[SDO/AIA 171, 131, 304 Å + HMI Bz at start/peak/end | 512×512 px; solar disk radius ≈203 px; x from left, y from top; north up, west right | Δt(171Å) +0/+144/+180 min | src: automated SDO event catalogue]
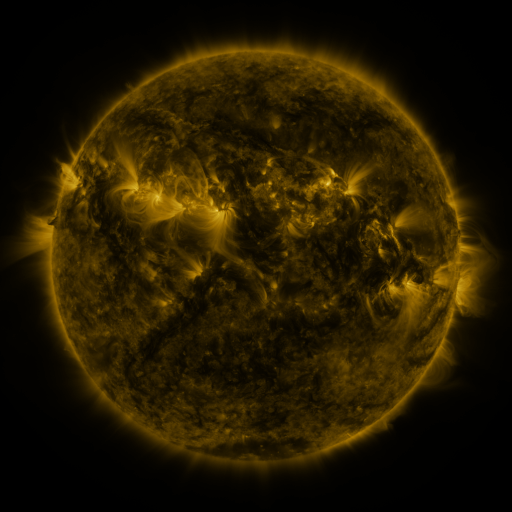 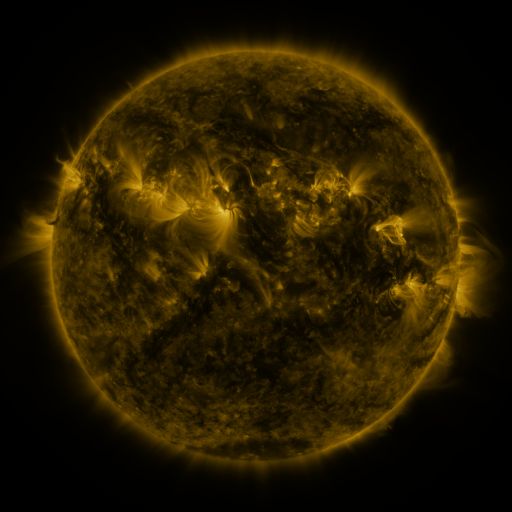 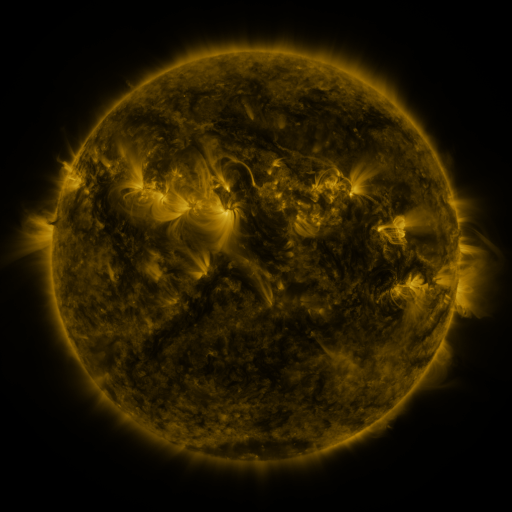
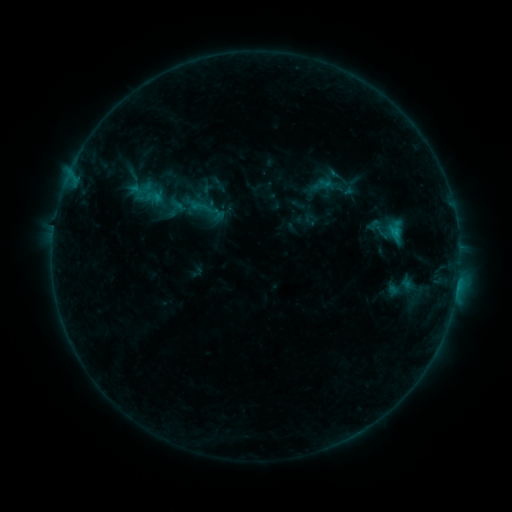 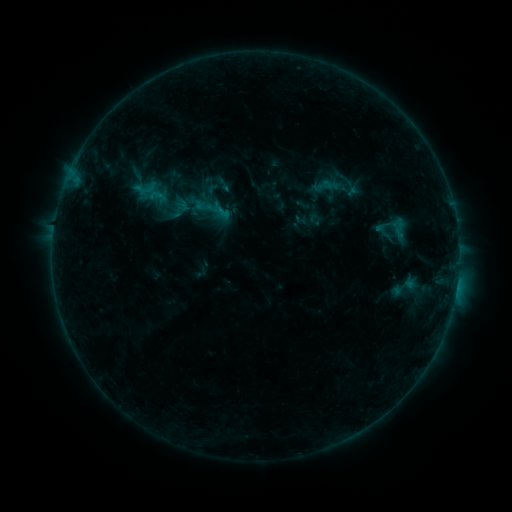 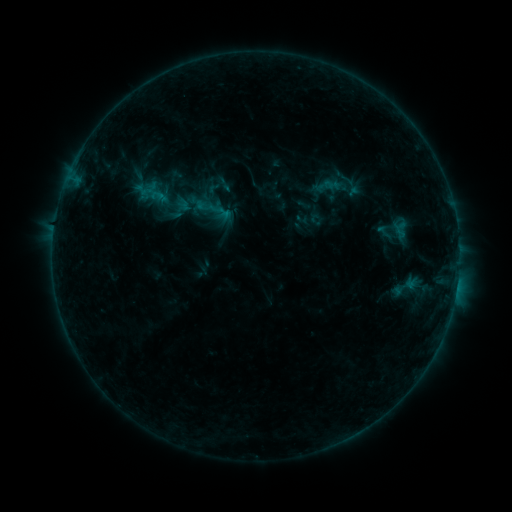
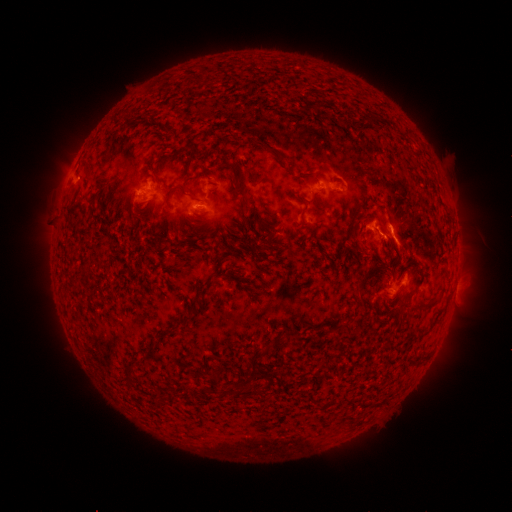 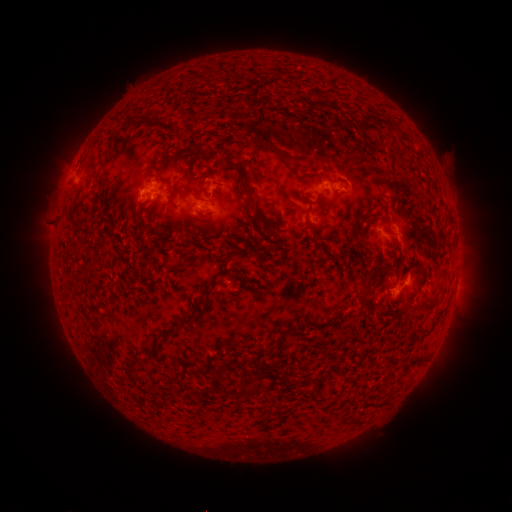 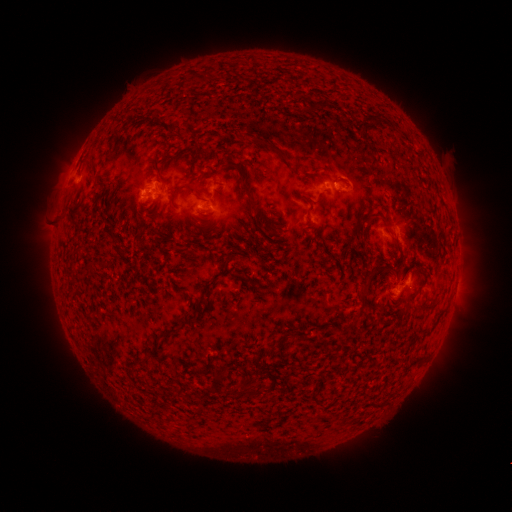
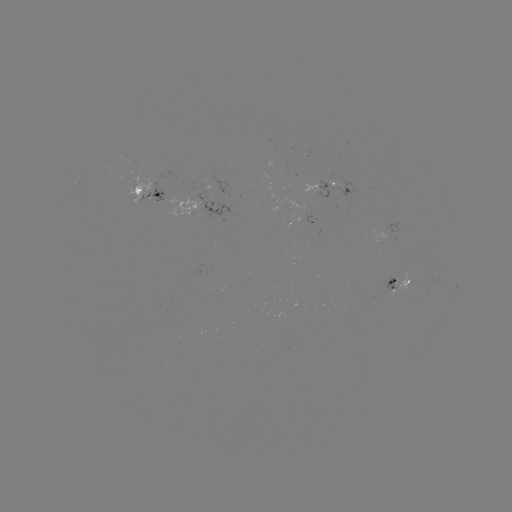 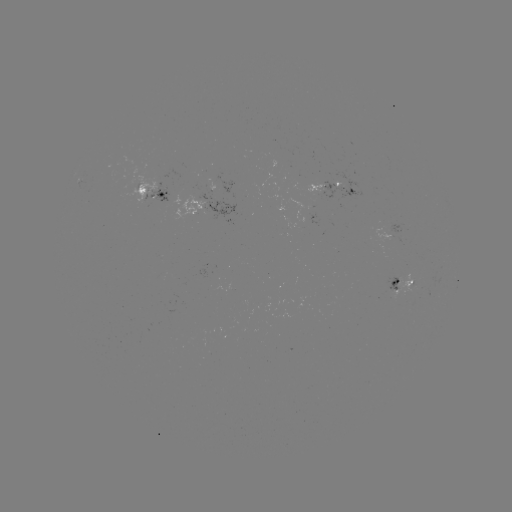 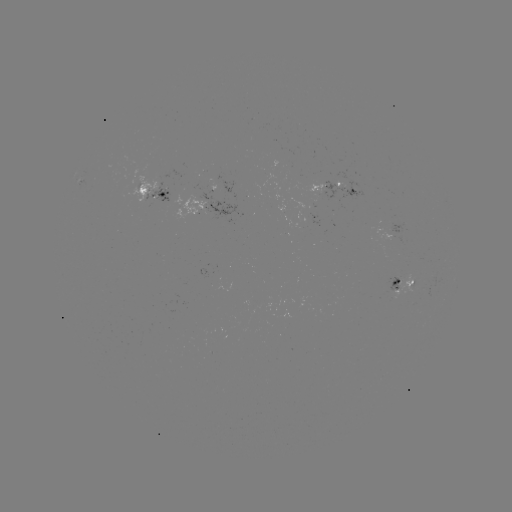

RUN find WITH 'emerging-flux region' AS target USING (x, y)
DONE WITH (329, 193) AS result